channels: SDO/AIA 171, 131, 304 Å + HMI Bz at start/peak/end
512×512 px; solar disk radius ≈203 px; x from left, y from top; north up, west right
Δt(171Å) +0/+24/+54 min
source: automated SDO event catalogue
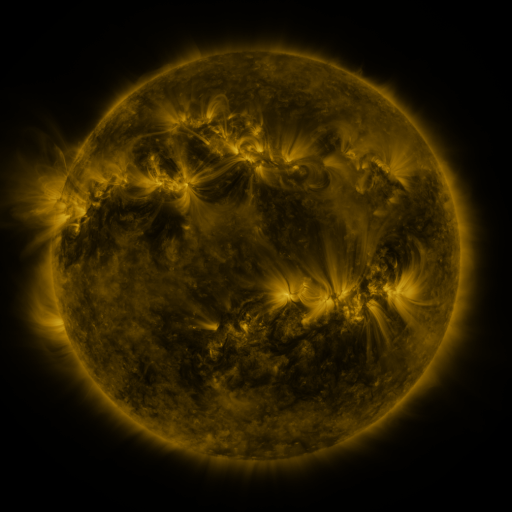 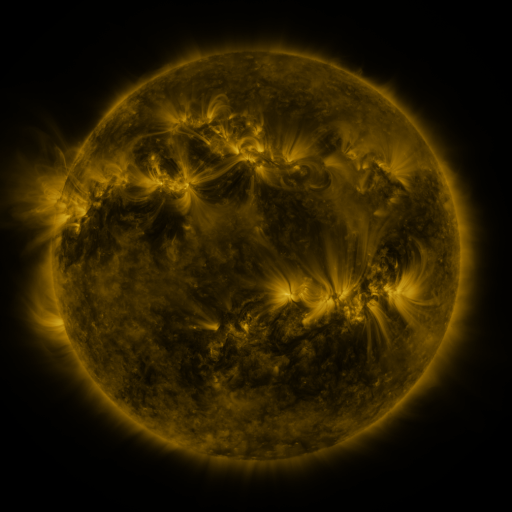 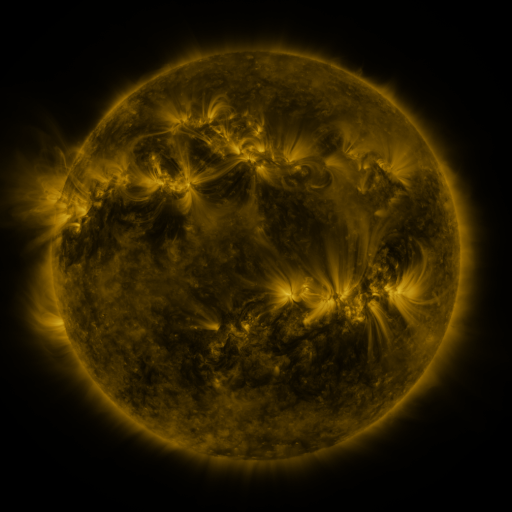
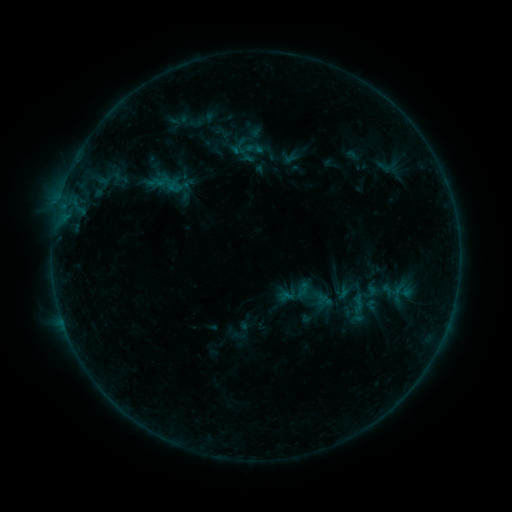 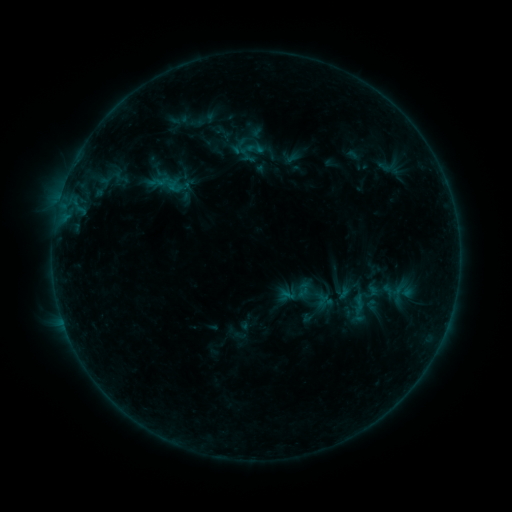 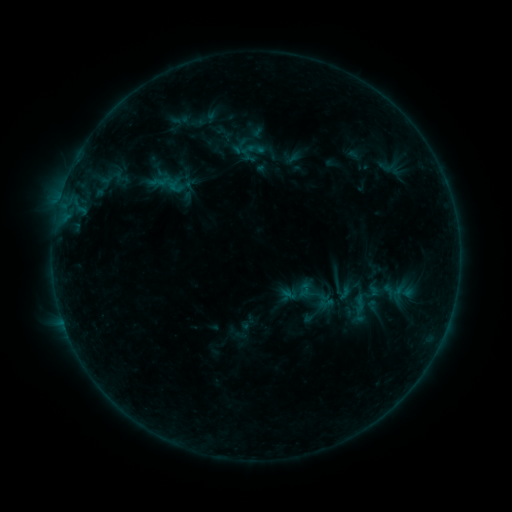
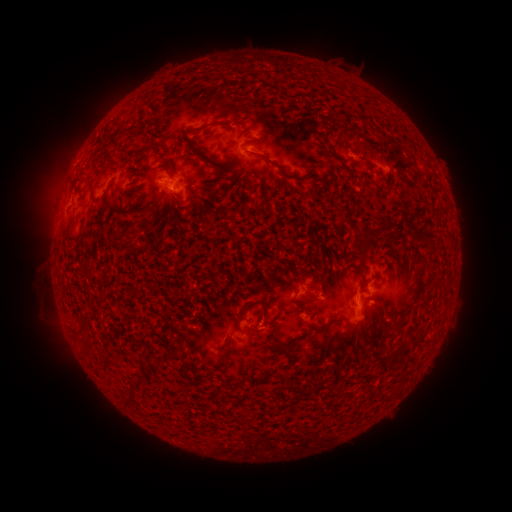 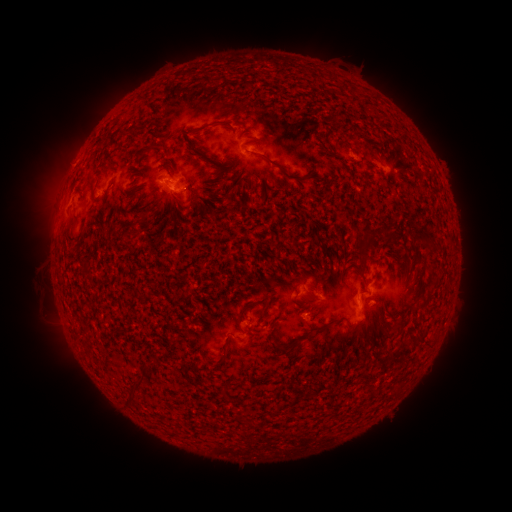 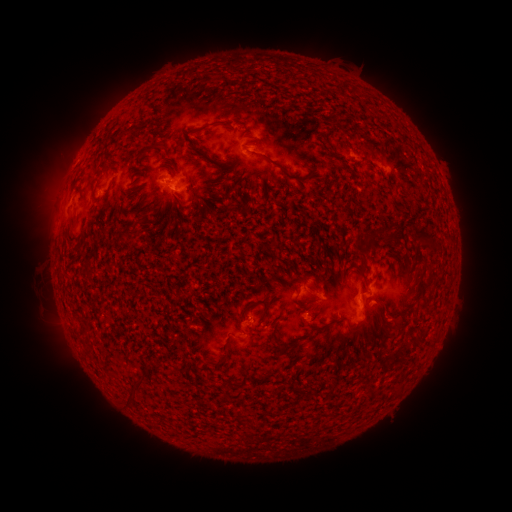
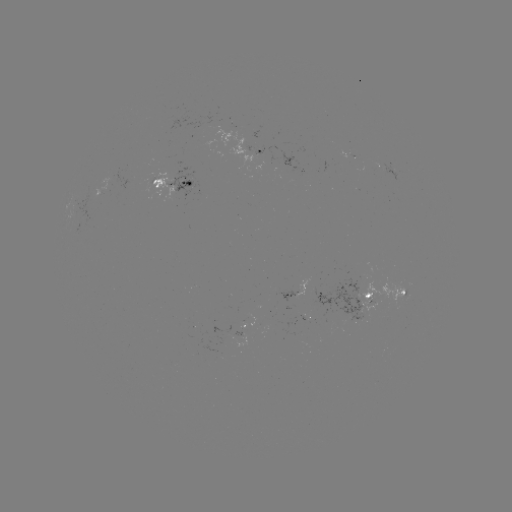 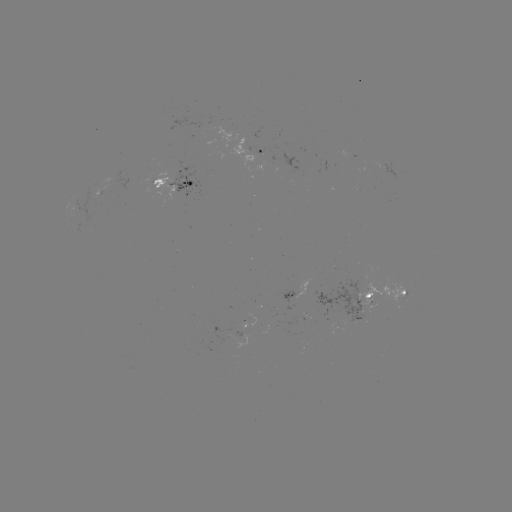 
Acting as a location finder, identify emerging-flux region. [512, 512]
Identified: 385,167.